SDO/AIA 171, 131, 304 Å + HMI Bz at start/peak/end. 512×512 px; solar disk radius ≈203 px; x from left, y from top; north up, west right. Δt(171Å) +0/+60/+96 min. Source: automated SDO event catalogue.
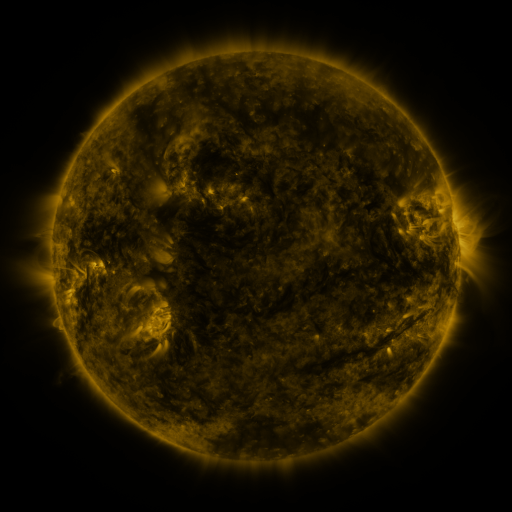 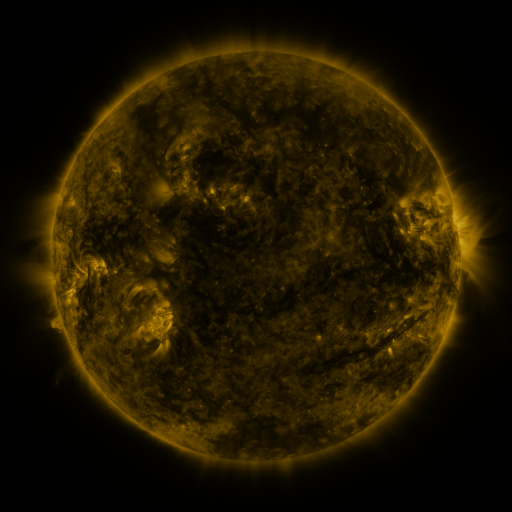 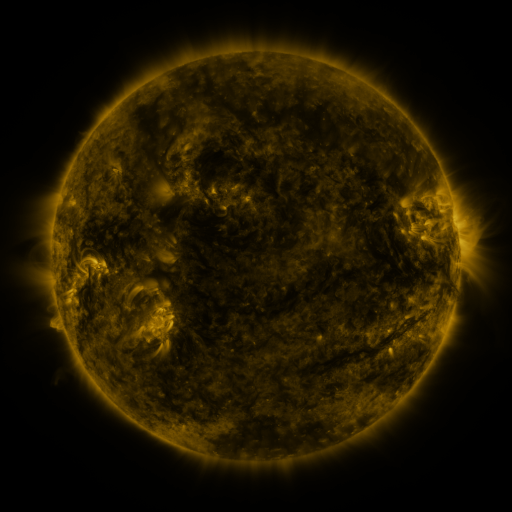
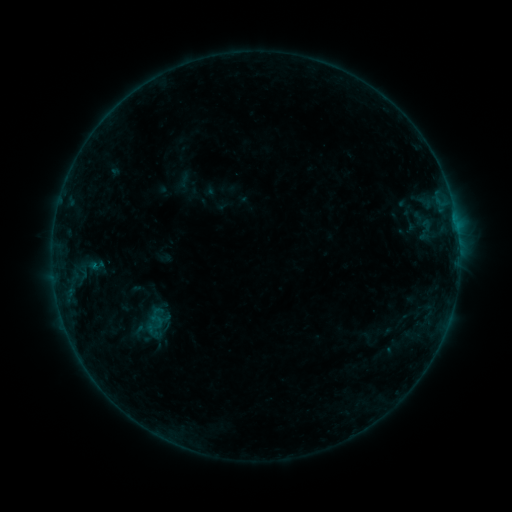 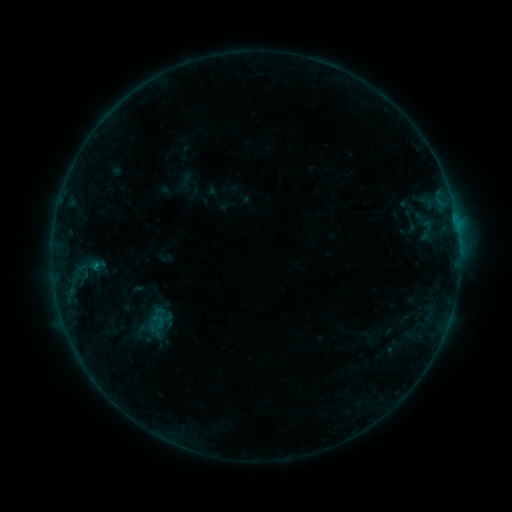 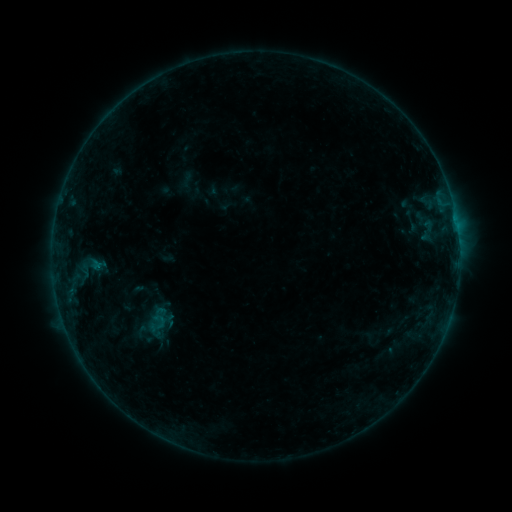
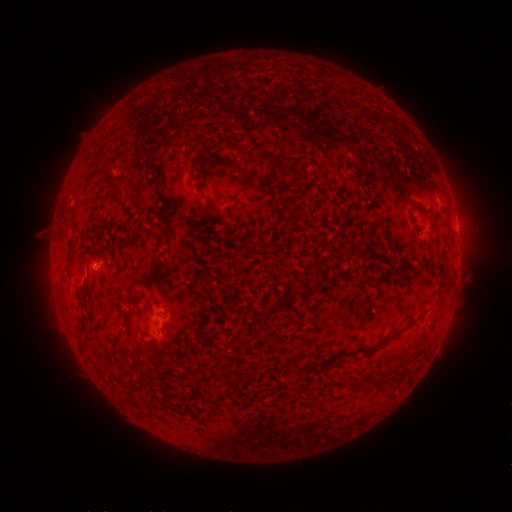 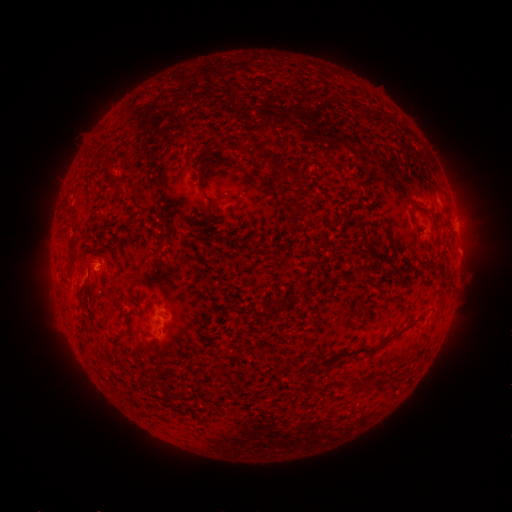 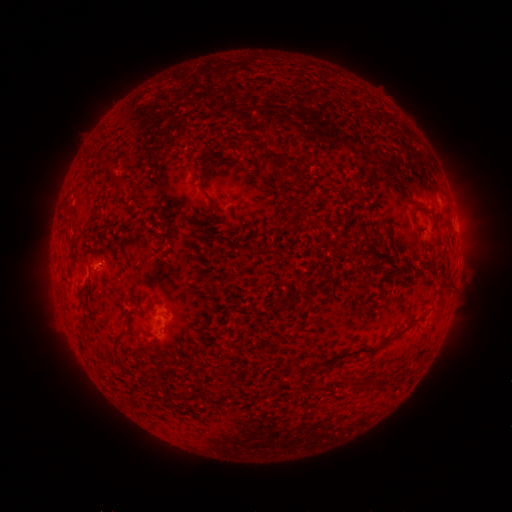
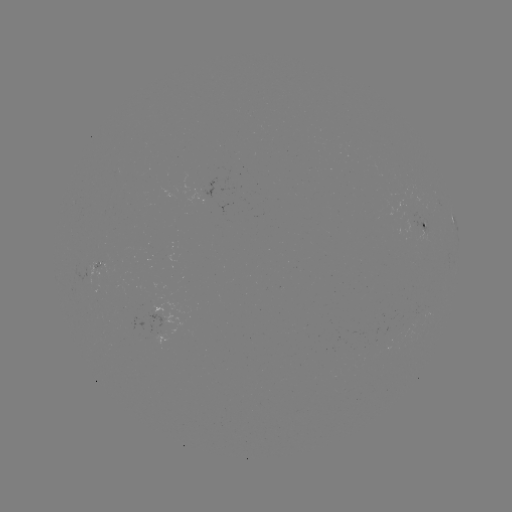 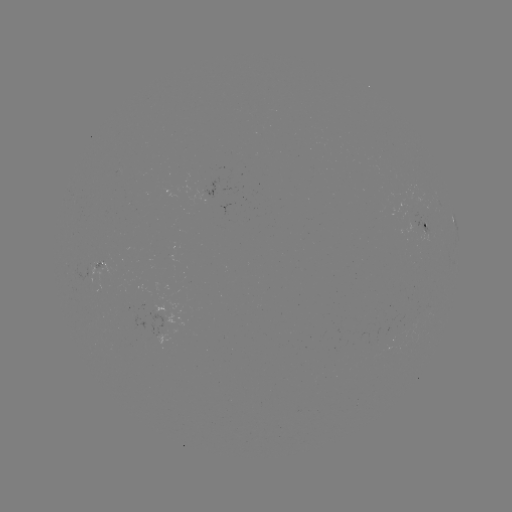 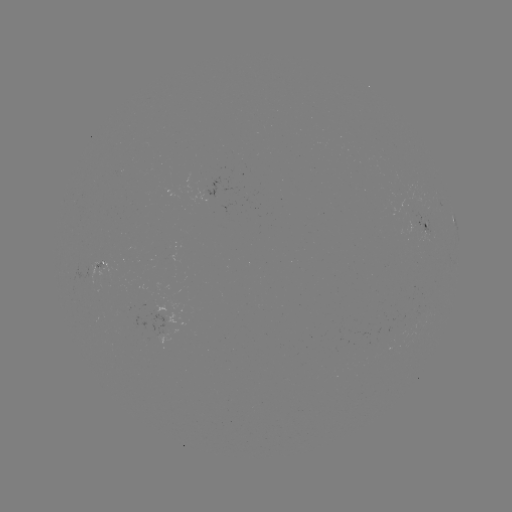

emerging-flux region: (89, 261, 102, 269)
